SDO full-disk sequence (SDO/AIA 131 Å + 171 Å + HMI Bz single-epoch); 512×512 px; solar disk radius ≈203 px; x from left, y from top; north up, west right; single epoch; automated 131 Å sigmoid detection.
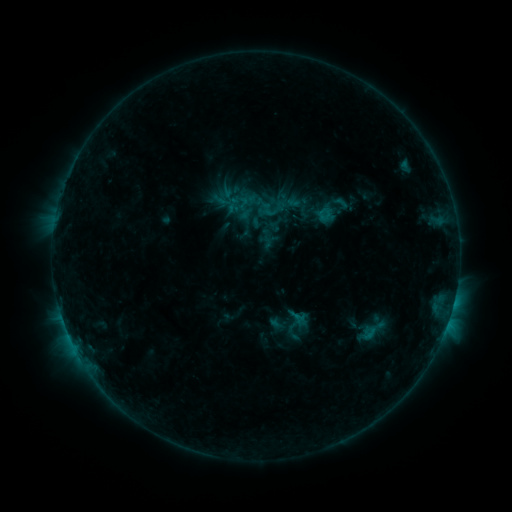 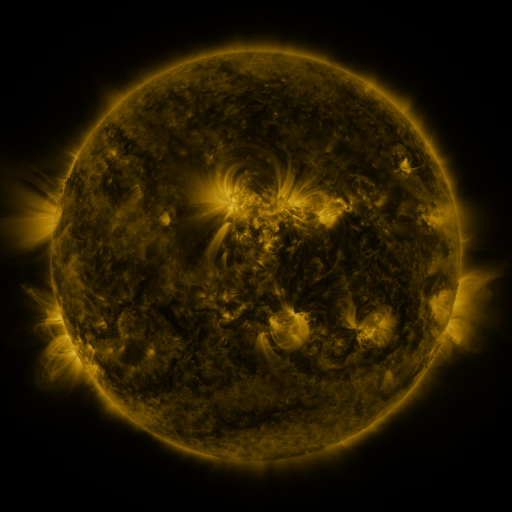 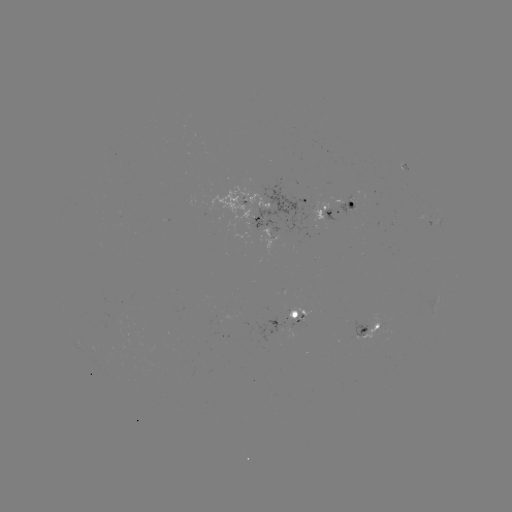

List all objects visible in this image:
sigmoid: (268, 210)
sigmoid: (300, 321)
